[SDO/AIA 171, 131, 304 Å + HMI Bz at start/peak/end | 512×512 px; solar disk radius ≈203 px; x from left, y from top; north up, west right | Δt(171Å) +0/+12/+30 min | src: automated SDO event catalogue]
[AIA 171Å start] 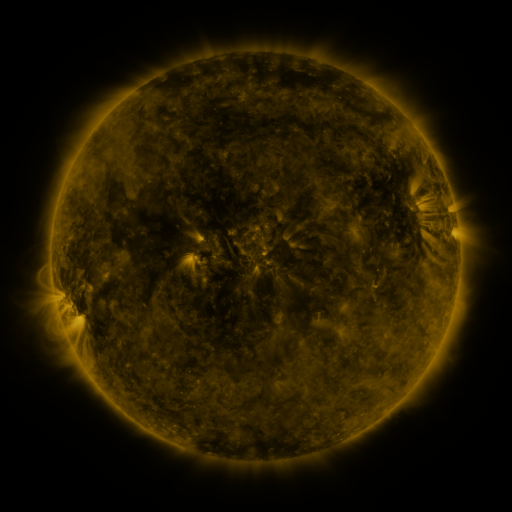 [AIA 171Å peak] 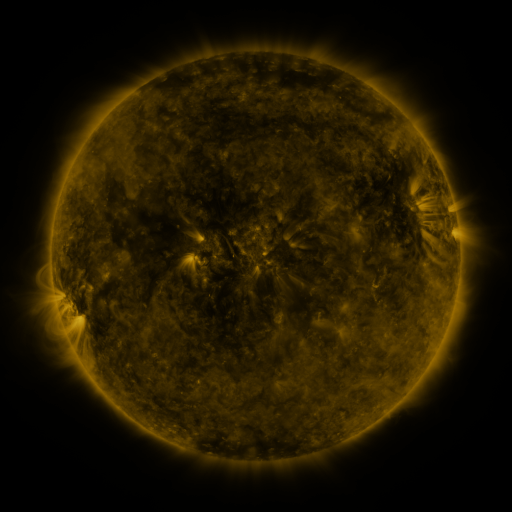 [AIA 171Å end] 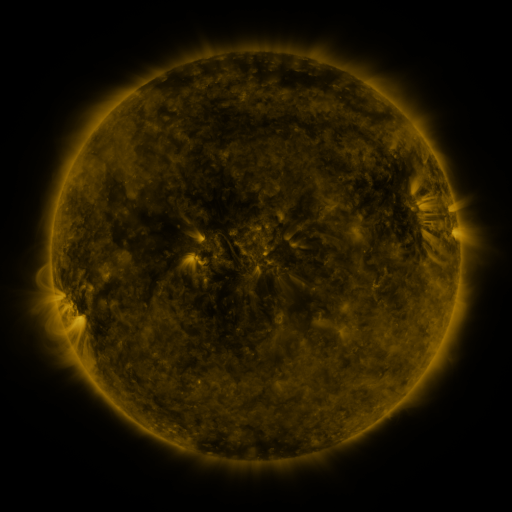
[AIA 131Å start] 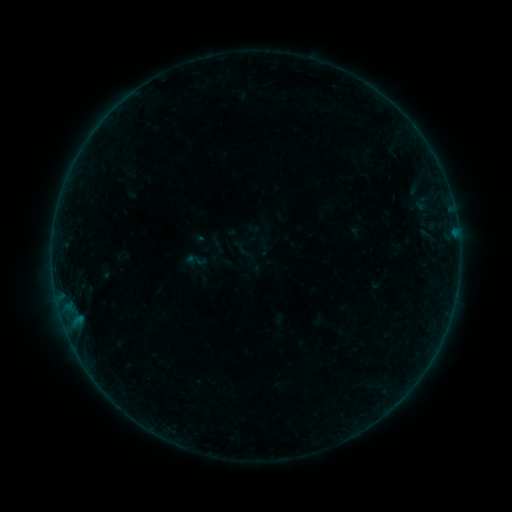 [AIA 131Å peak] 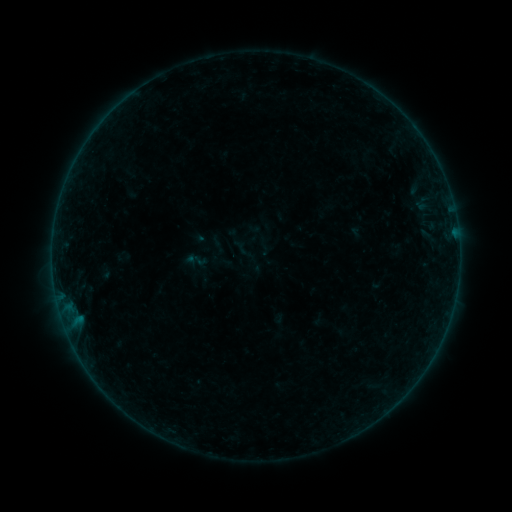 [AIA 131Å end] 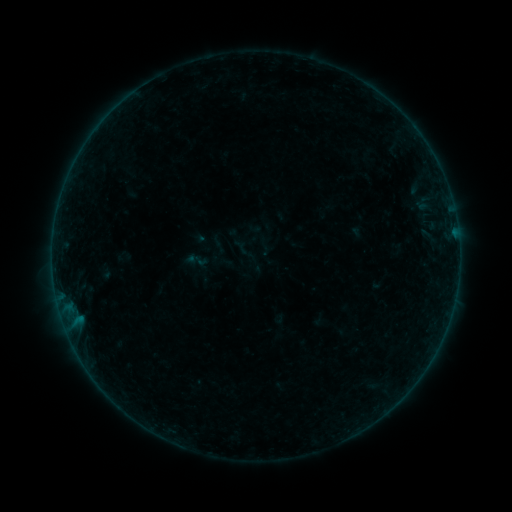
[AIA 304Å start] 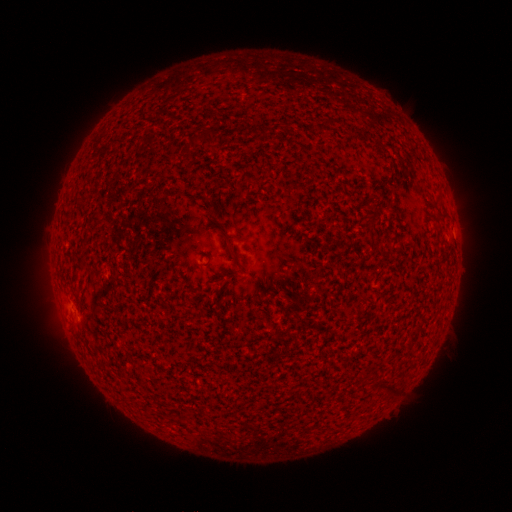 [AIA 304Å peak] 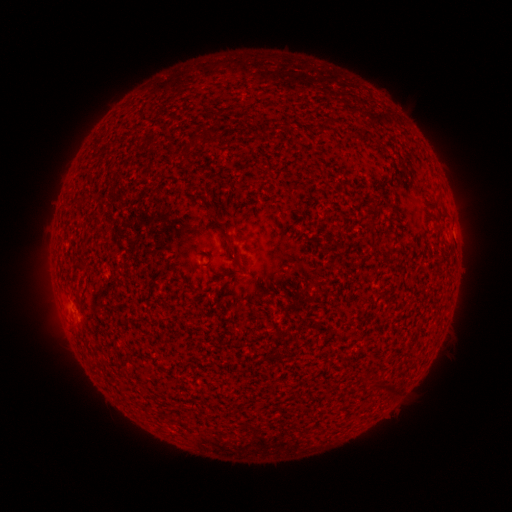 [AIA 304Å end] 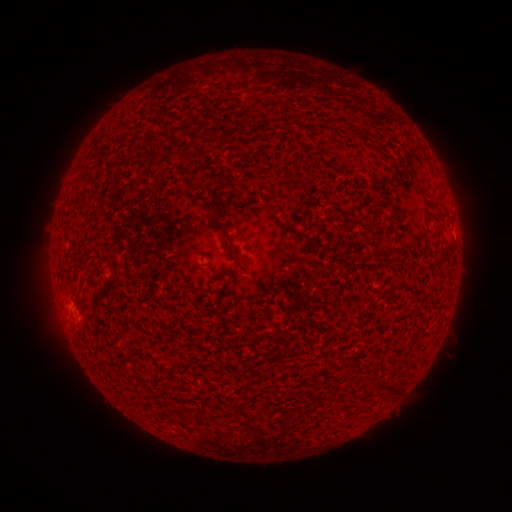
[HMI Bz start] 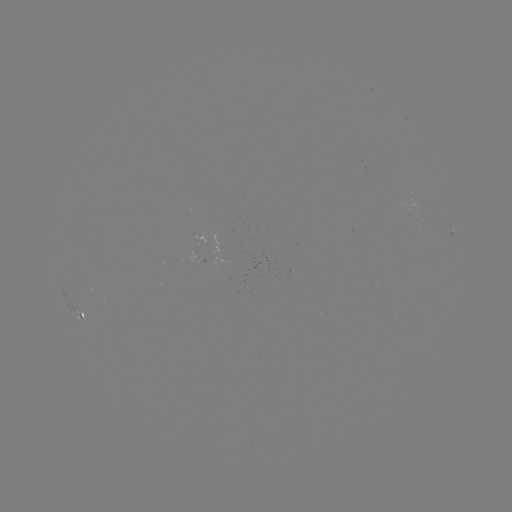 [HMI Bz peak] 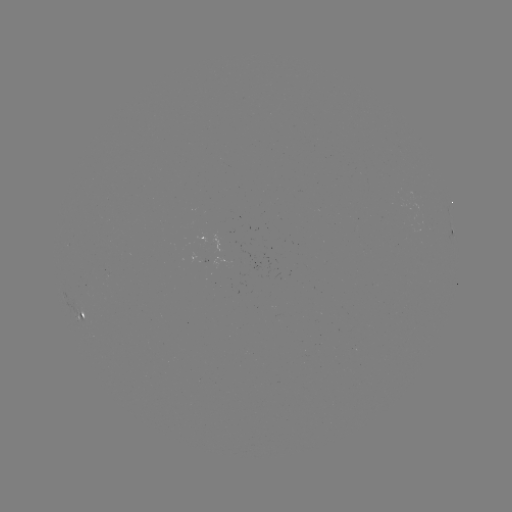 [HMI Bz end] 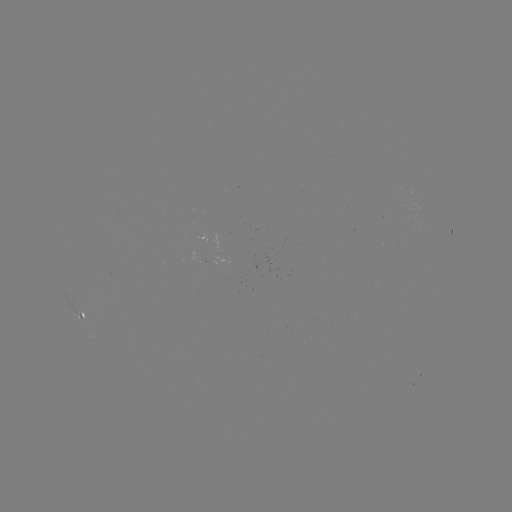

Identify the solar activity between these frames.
no catalogued flare and no flagged EUV brightening in this window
